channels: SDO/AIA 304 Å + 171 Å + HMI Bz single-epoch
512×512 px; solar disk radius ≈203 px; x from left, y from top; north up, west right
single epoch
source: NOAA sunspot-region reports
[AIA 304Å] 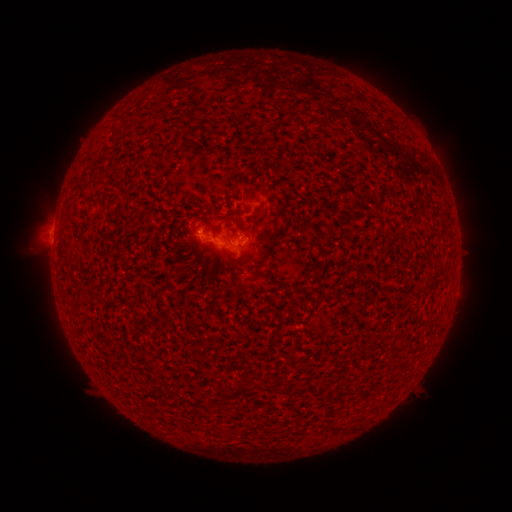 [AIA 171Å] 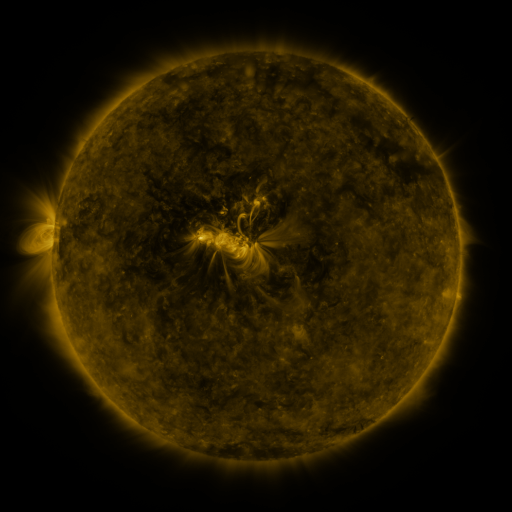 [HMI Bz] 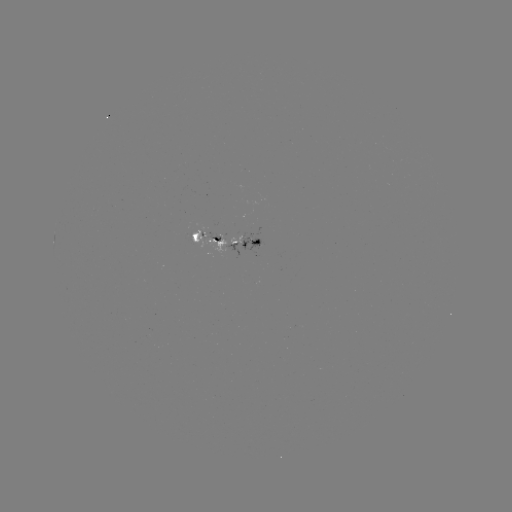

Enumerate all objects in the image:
spotted active region: (228, 237)
